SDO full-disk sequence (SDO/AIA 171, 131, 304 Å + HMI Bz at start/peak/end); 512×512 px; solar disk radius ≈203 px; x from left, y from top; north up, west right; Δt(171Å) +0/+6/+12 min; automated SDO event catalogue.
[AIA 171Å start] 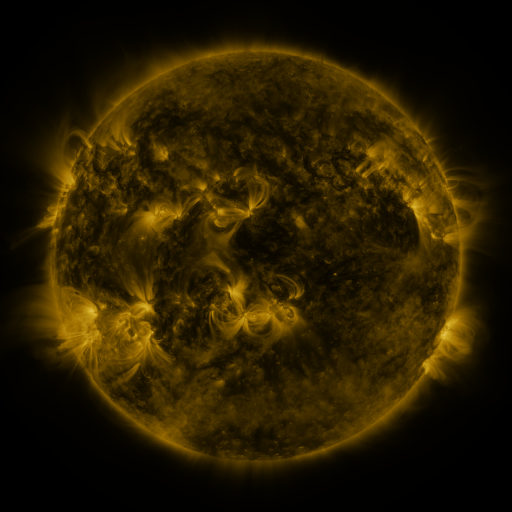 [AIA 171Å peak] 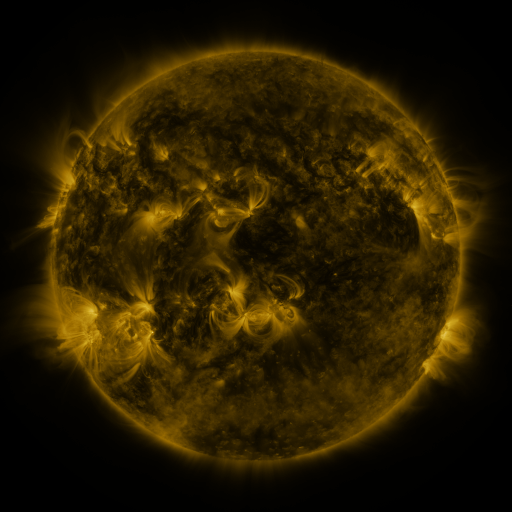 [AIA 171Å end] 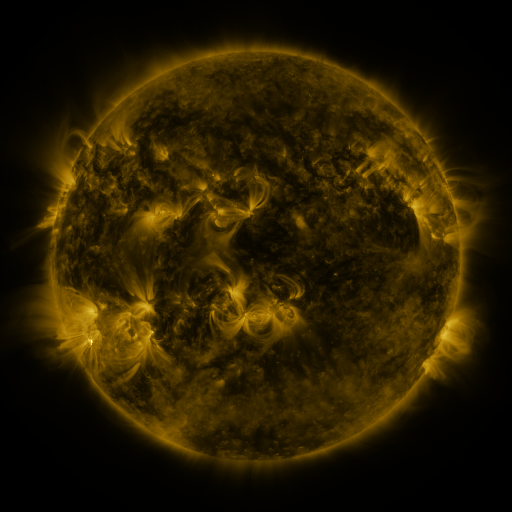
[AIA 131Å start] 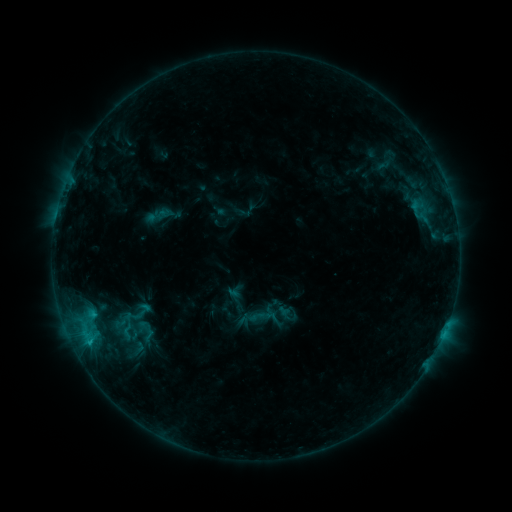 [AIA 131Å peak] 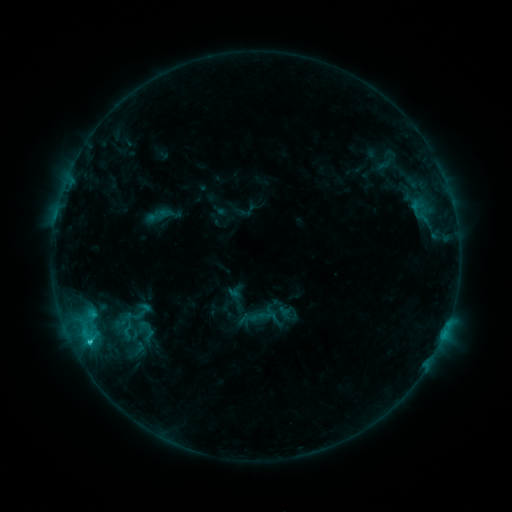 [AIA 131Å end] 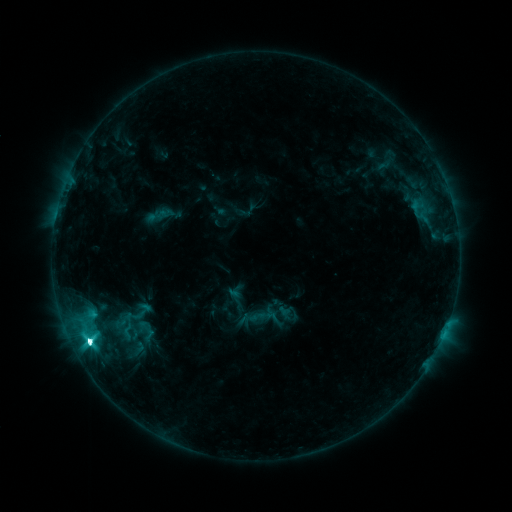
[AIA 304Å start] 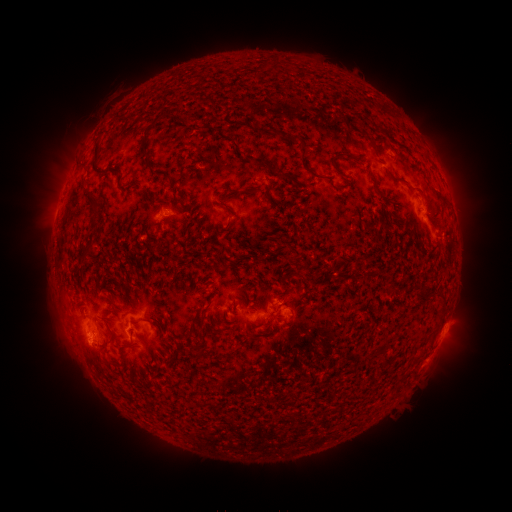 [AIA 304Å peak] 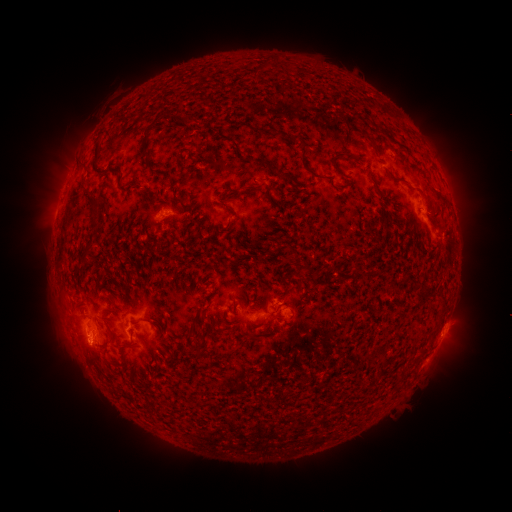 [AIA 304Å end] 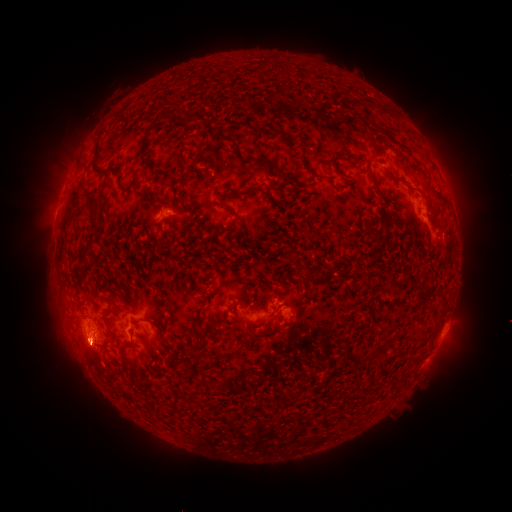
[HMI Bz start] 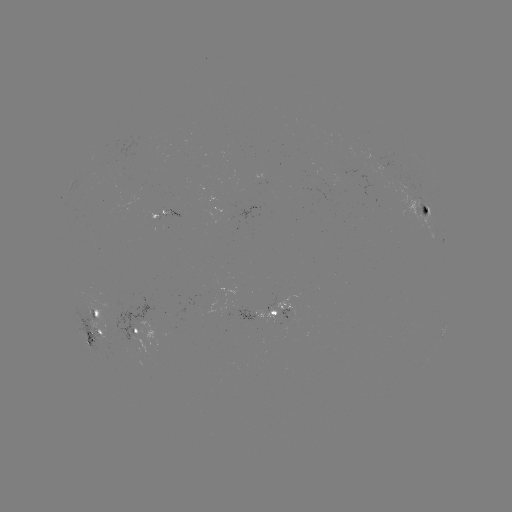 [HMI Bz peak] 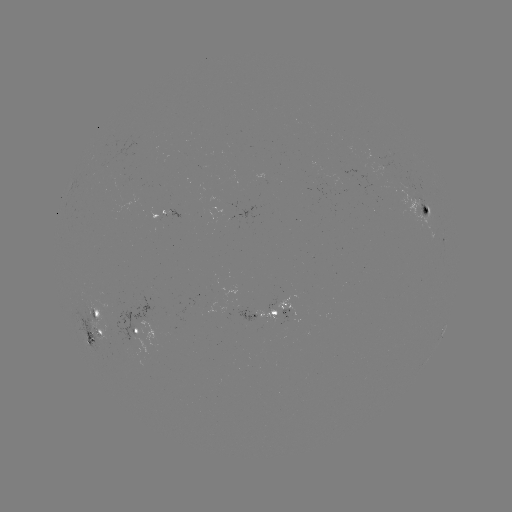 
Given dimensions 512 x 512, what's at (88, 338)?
M1.2 flare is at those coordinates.